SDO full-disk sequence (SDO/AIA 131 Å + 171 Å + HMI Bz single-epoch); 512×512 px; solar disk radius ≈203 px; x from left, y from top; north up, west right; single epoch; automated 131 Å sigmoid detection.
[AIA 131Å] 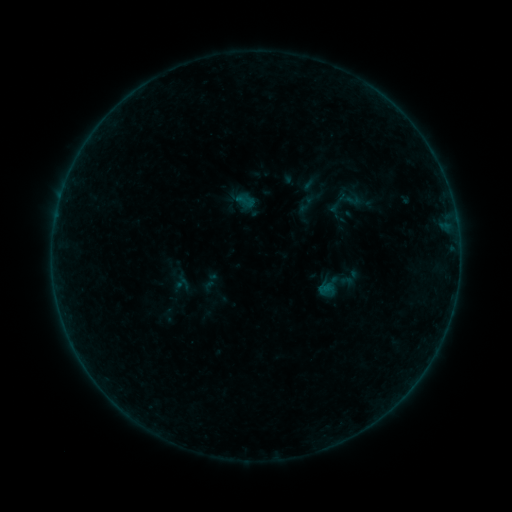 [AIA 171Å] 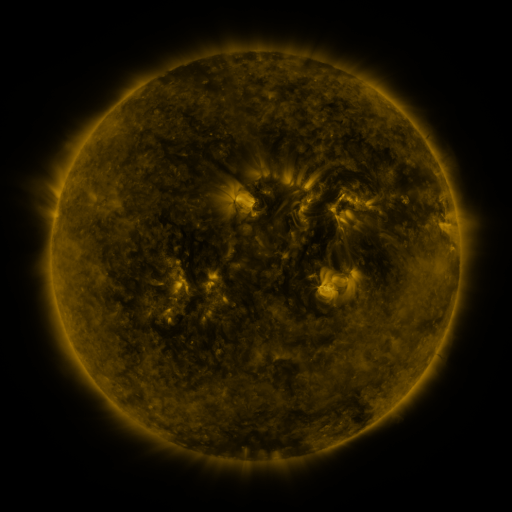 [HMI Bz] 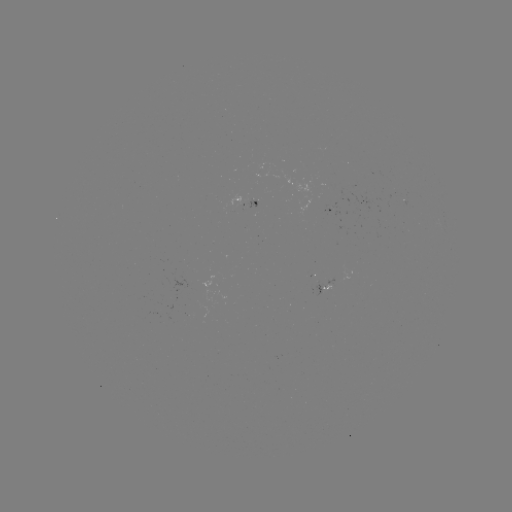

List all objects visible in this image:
sigmoid: (323, 191, 352, 216)
